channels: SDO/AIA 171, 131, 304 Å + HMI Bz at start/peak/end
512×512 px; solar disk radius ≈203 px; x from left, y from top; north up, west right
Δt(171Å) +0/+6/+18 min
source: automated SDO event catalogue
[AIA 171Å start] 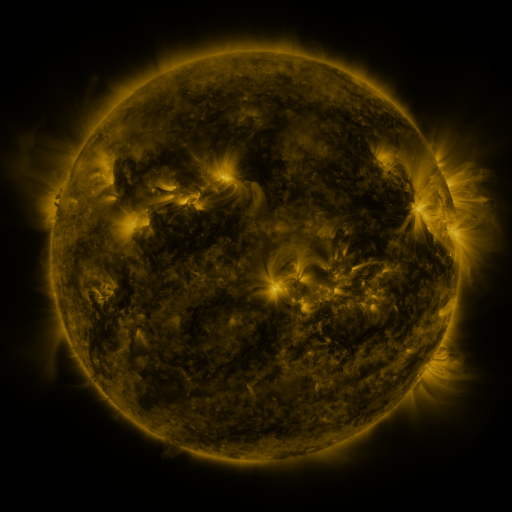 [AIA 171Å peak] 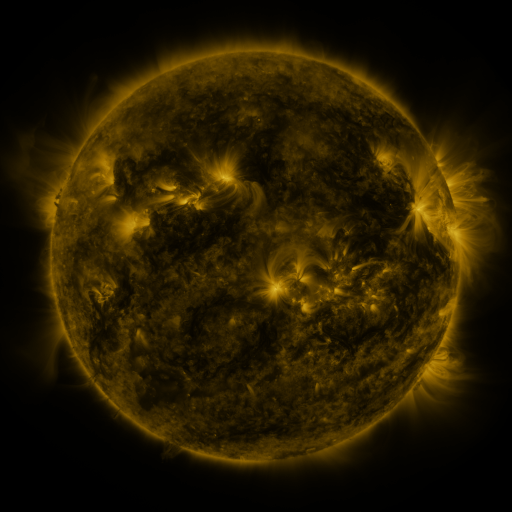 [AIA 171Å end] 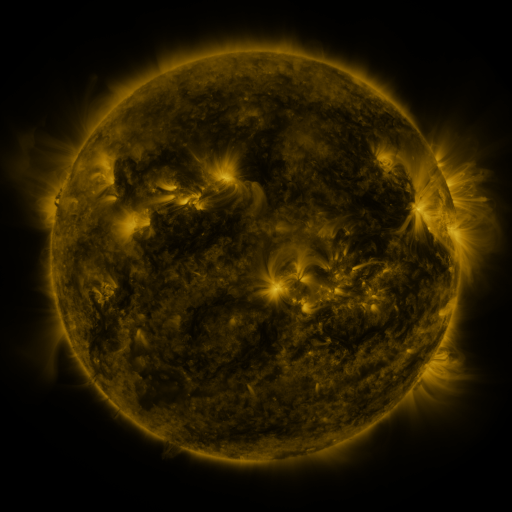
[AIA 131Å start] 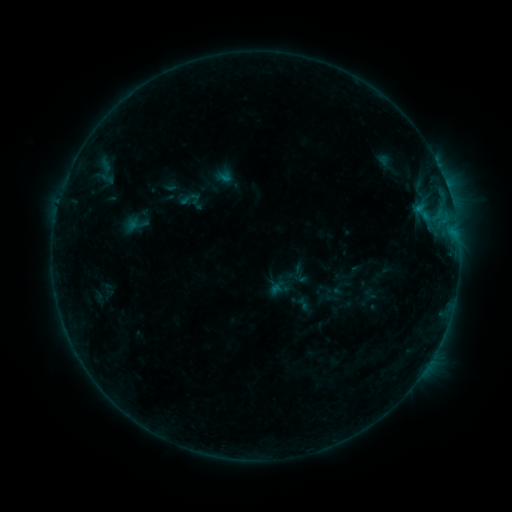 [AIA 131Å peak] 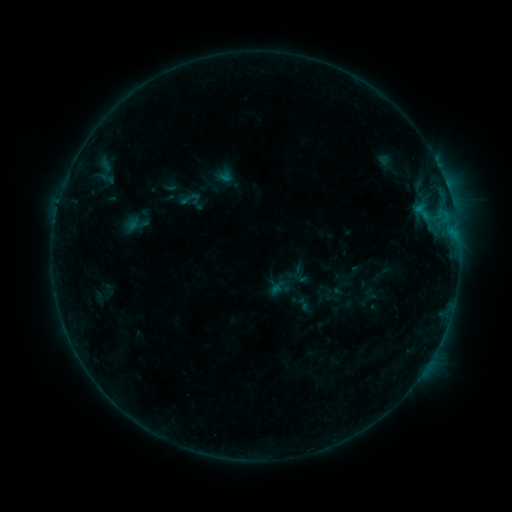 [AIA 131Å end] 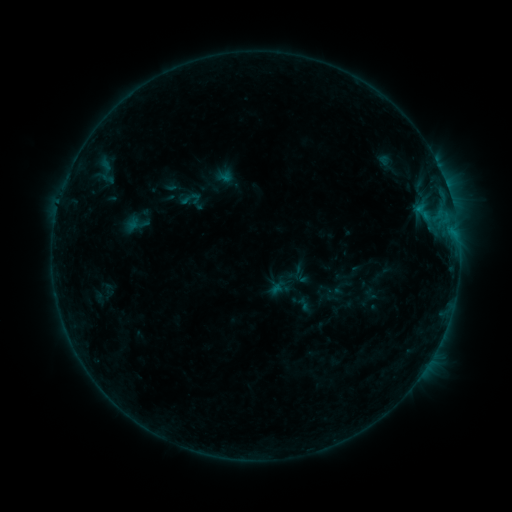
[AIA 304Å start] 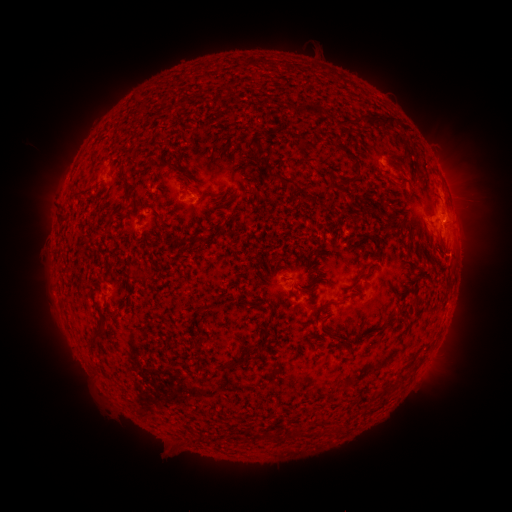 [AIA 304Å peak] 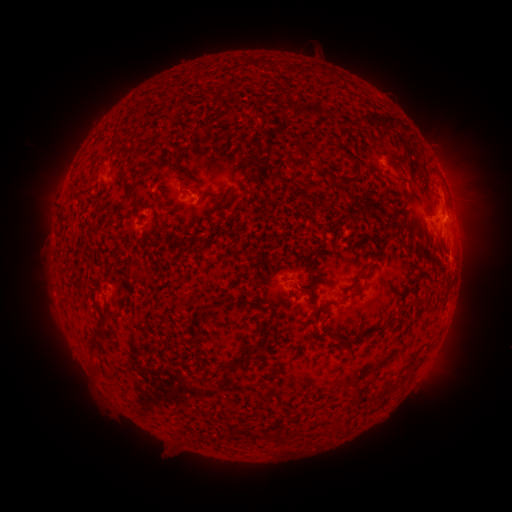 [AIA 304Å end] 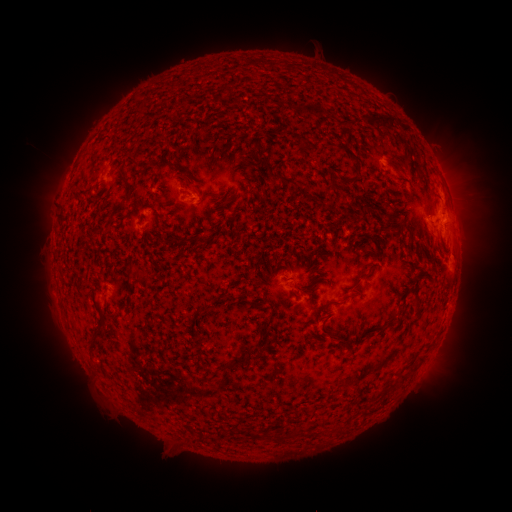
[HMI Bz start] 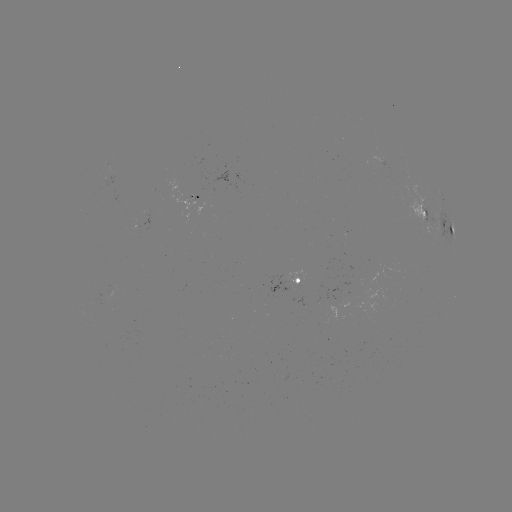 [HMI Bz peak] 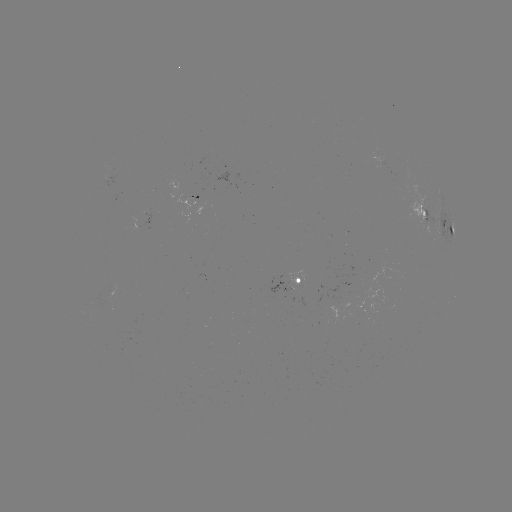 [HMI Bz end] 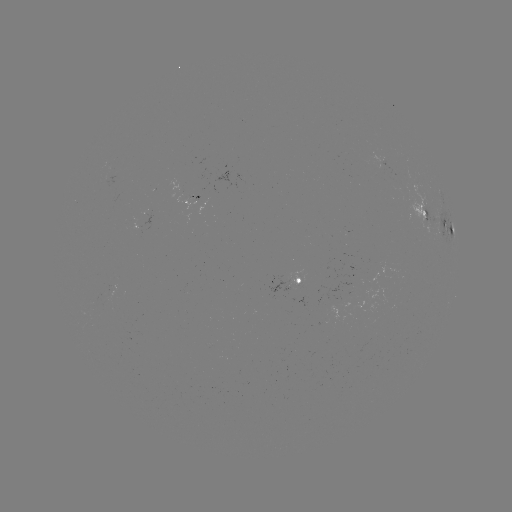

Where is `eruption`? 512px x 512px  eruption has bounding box [437, 235, 483, 287].